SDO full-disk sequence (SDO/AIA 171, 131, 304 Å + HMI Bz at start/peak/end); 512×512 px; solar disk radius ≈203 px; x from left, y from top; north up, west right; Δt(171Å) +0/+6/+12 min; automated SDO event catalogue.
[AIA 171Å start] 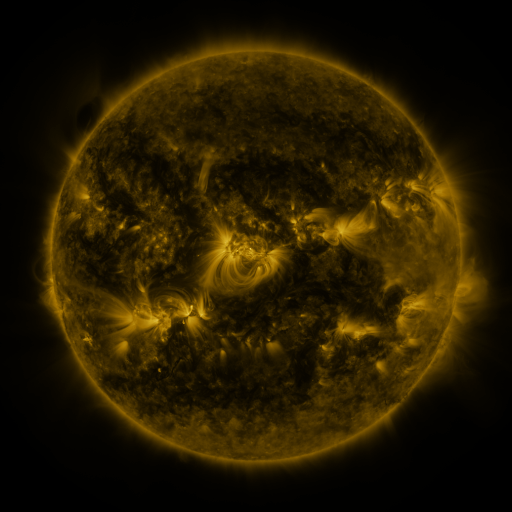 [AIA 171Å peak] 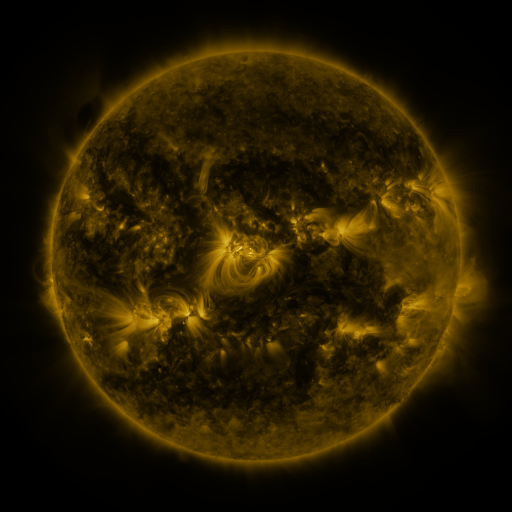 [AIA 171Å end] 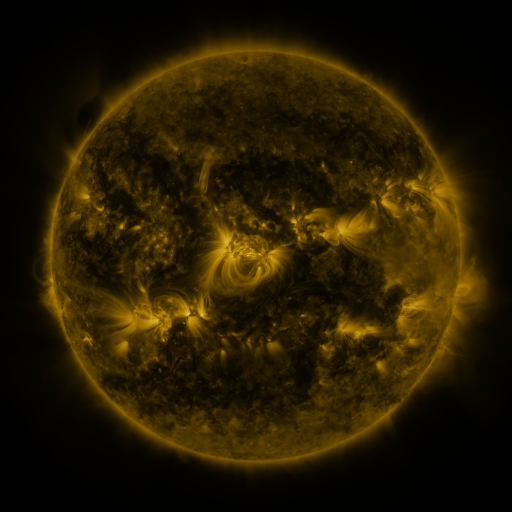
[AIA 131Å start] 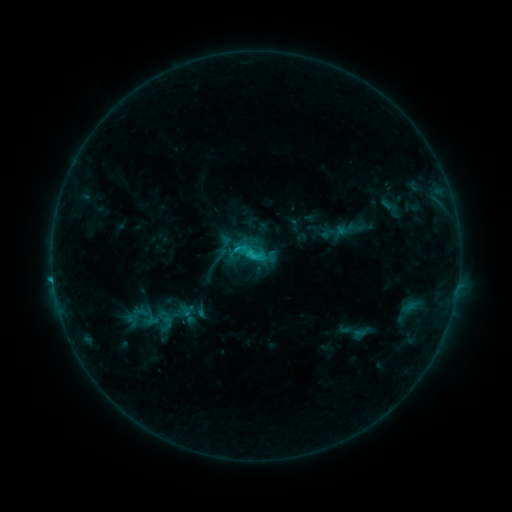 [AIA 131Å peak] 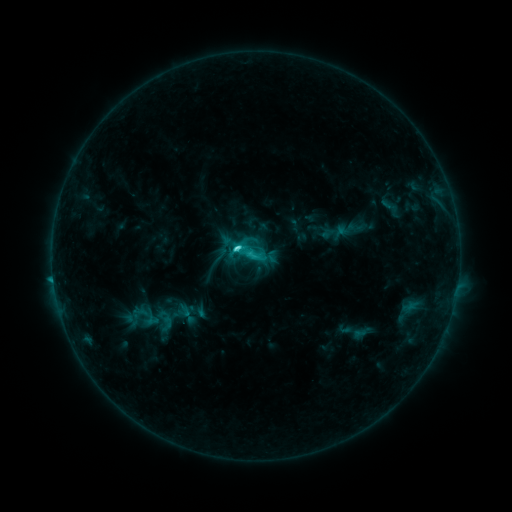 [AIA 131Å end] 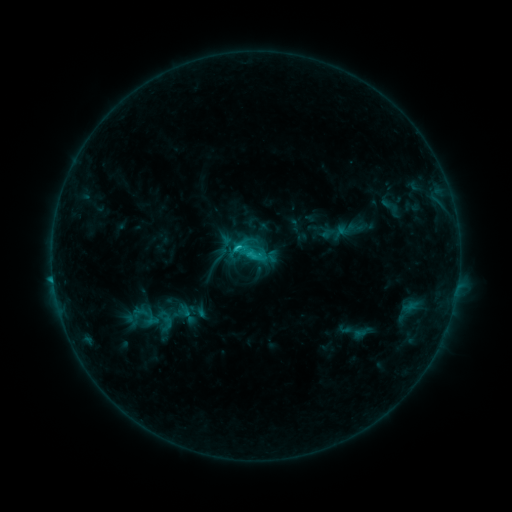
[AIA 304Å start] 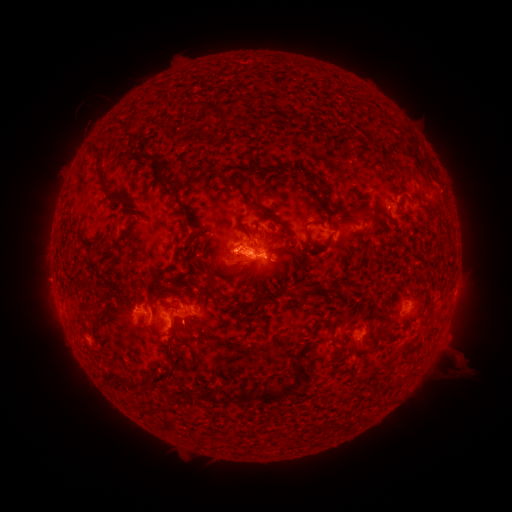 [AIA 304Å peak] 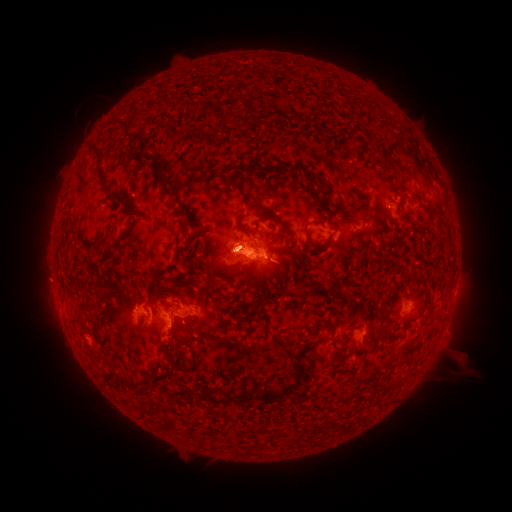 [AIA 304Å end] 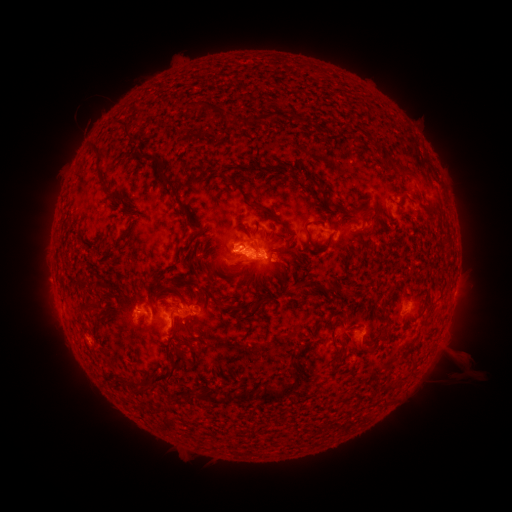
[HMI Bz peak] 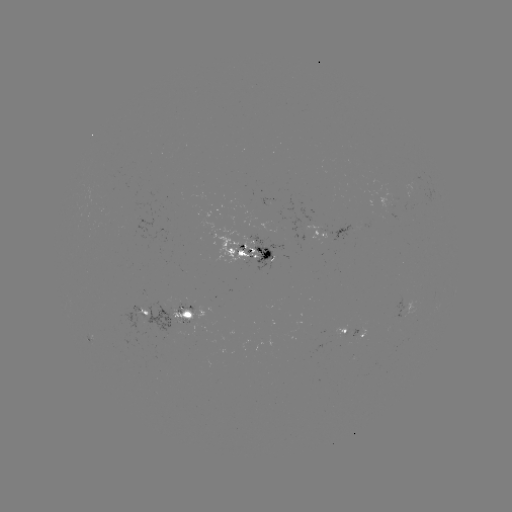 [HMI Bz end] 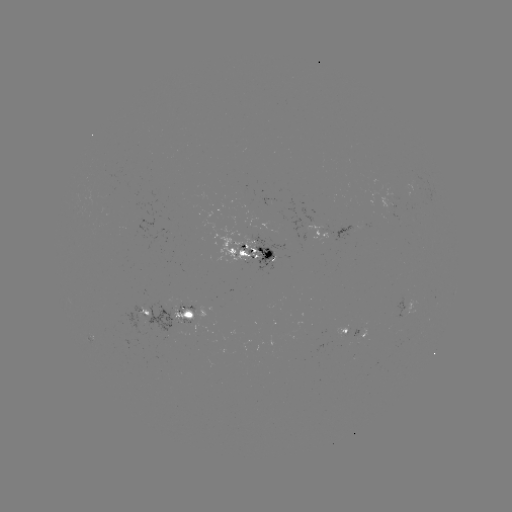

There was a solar flare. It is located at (241, 249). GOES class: C3.6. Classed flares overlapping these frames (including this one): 1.